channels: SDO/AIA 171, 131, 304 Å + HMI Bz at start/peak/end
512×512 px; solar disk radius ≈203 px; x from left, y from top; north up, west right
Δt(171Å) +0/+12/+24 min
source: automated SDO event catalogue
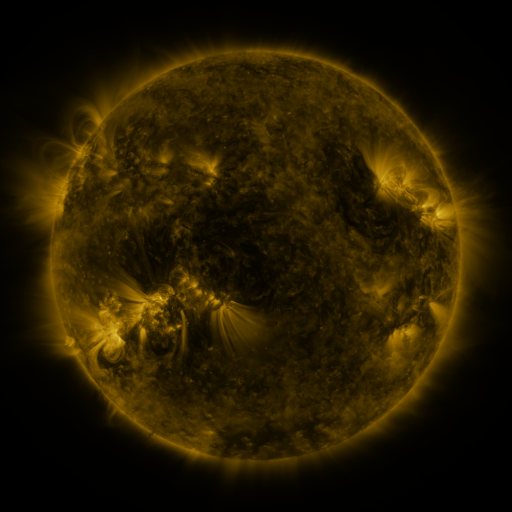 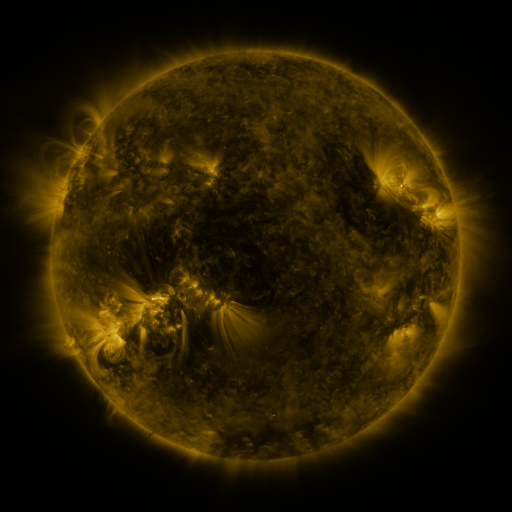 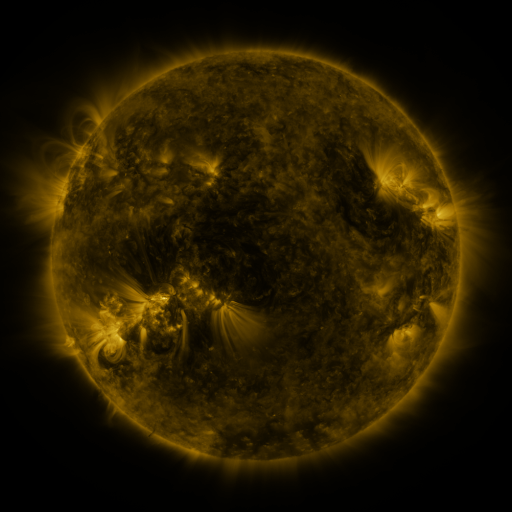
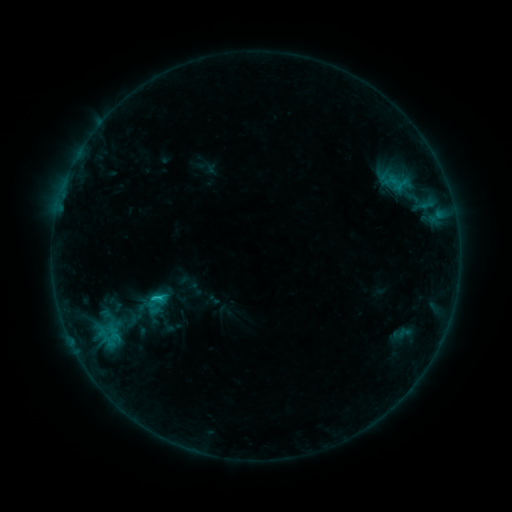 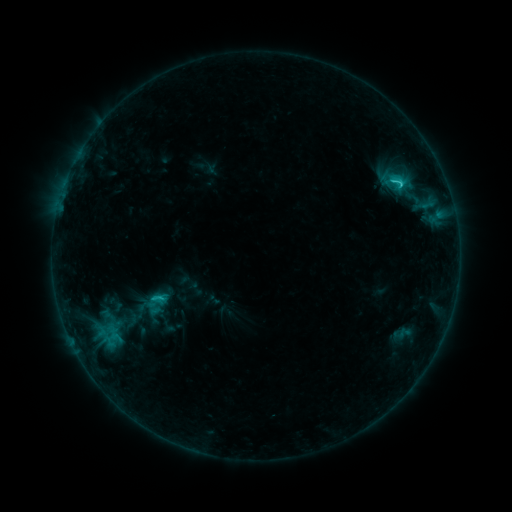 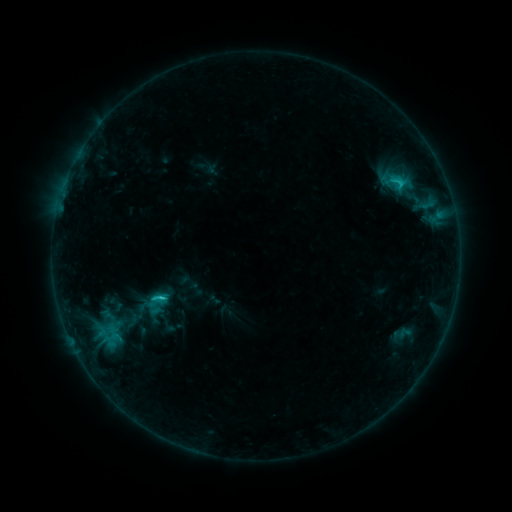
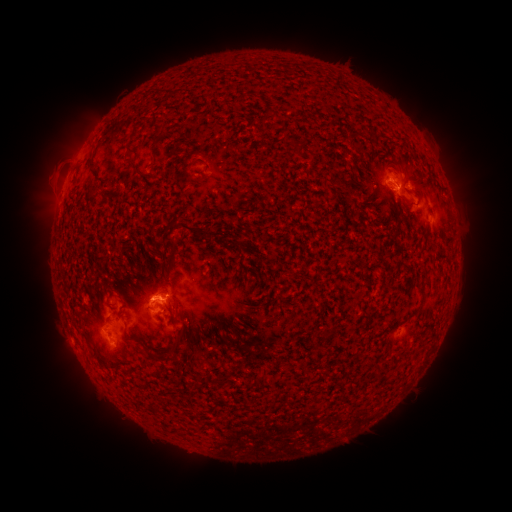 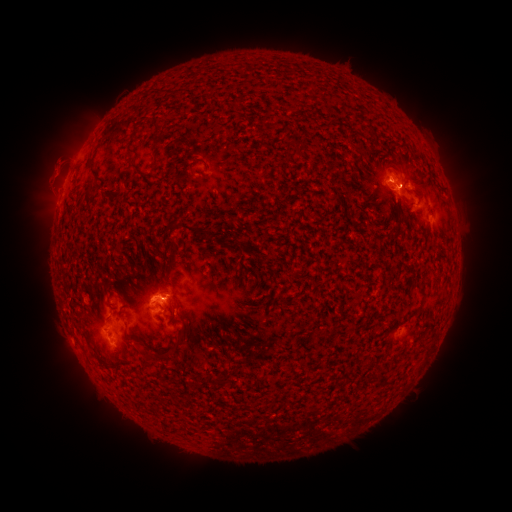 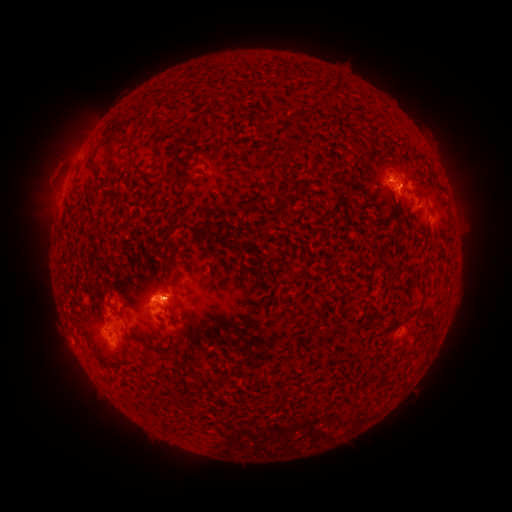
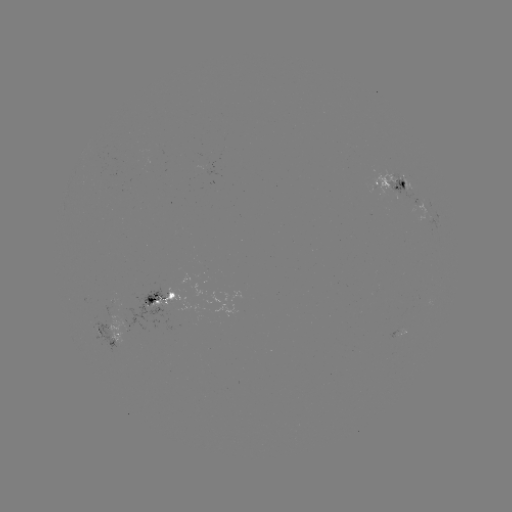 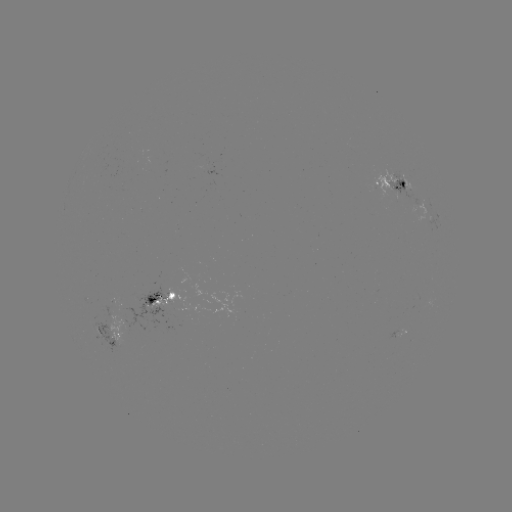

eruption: [16, 133, 79, 223]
